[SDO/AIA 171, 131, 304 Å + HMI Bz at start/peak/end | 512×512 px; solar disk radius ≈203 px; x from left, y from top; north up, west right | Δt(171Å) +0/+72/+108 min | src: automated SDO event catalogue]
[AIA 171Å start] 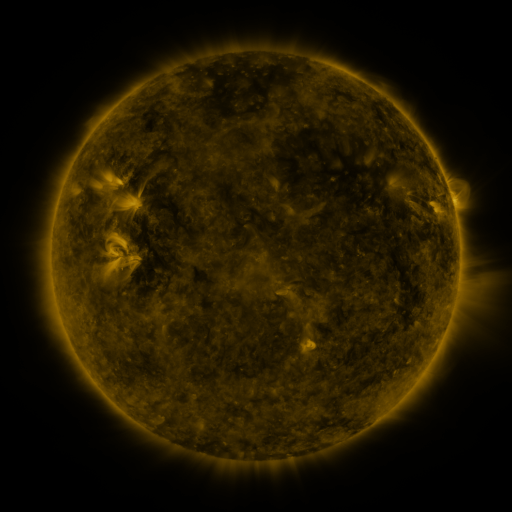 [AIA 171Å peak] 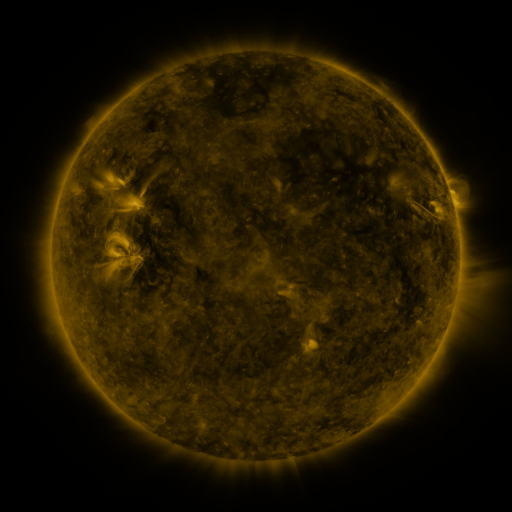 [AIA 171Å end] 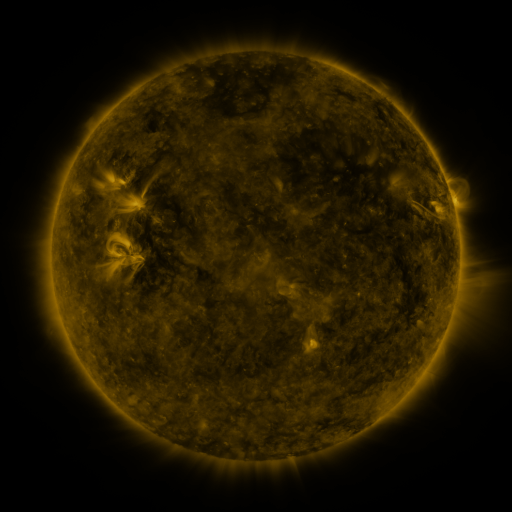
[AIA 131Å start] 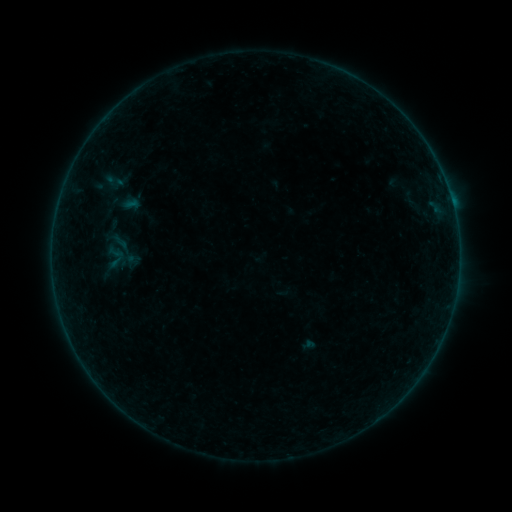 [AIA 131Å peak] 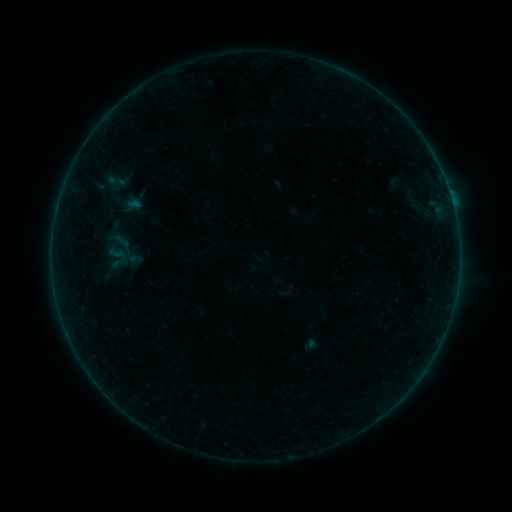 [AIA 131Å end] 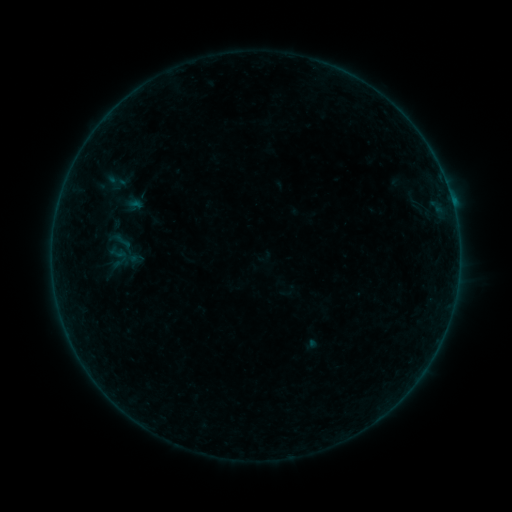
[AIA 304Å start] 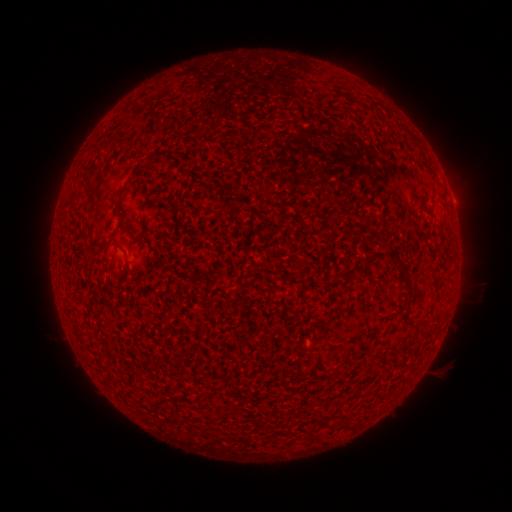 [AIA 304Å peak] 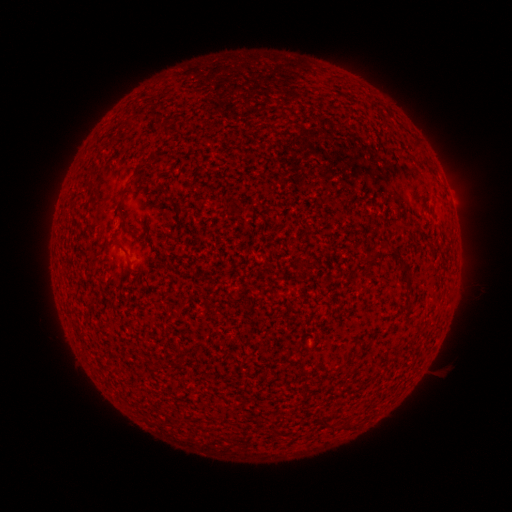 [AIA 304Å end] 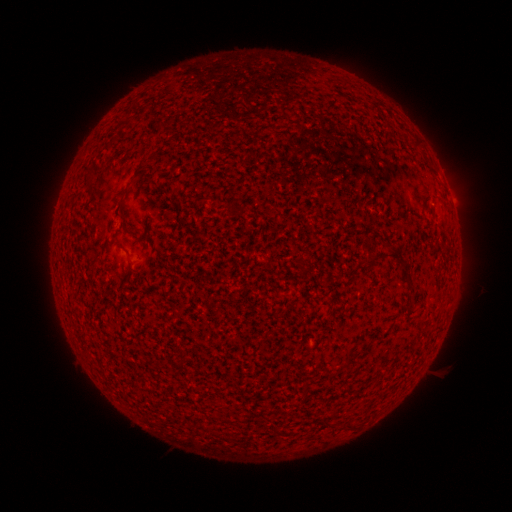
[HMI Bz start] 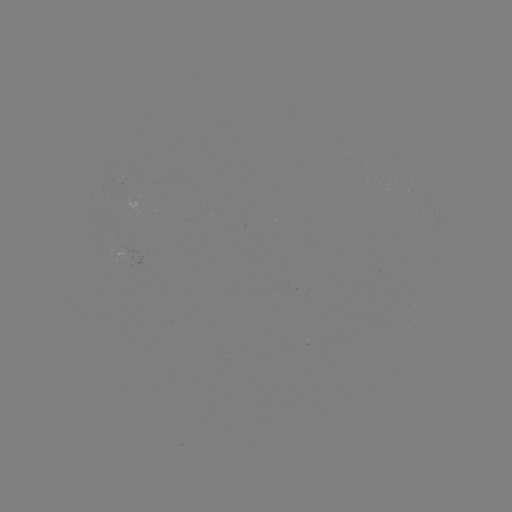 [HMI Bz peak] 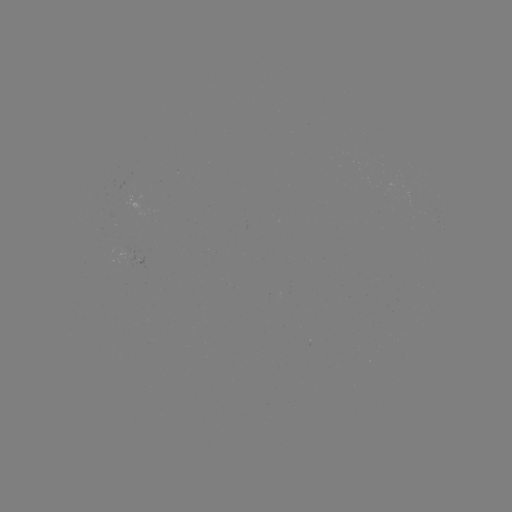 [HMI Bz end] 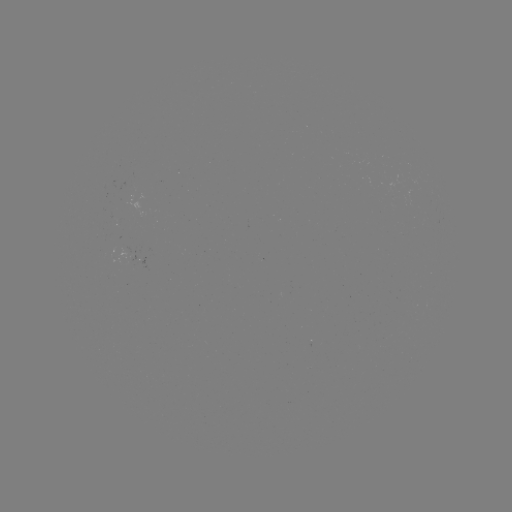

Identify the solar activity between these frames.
emerging-flux region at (113, 219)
